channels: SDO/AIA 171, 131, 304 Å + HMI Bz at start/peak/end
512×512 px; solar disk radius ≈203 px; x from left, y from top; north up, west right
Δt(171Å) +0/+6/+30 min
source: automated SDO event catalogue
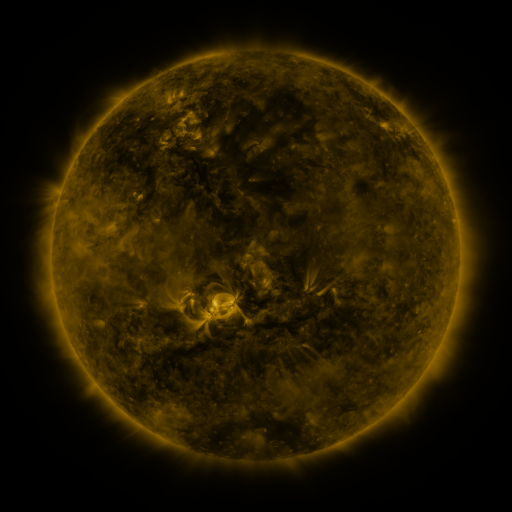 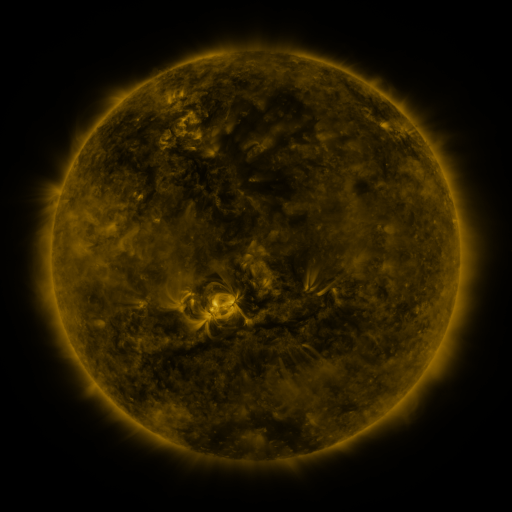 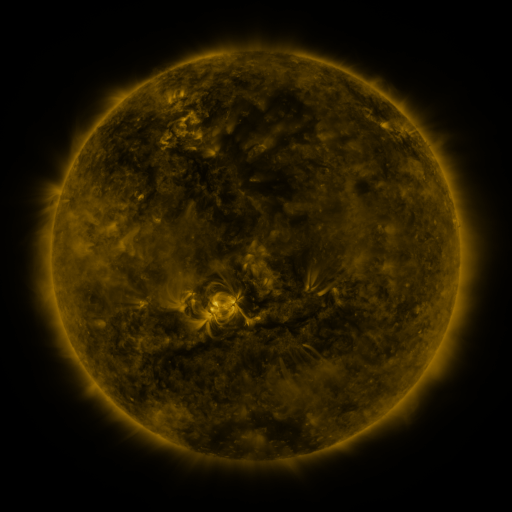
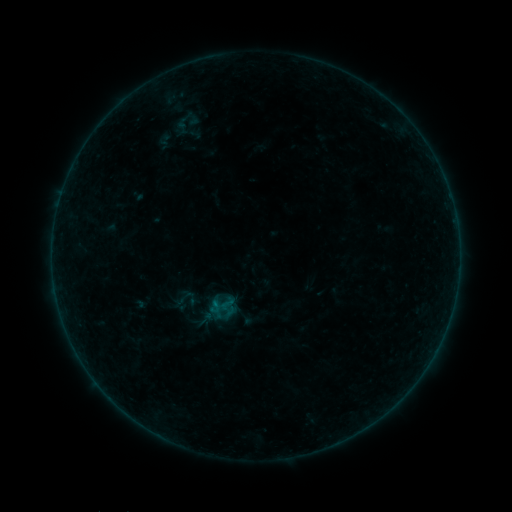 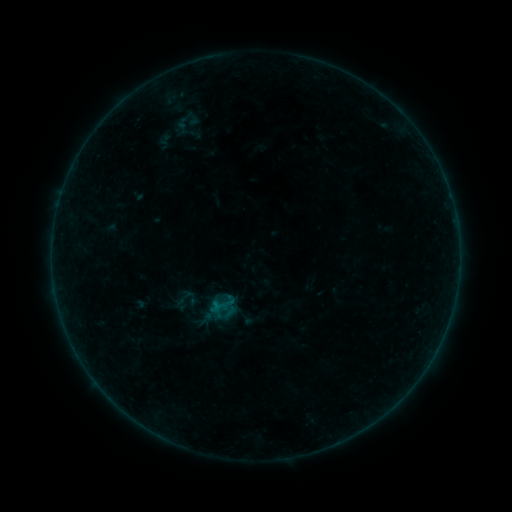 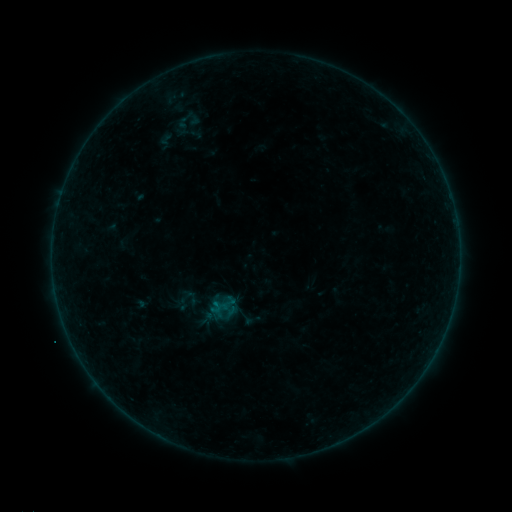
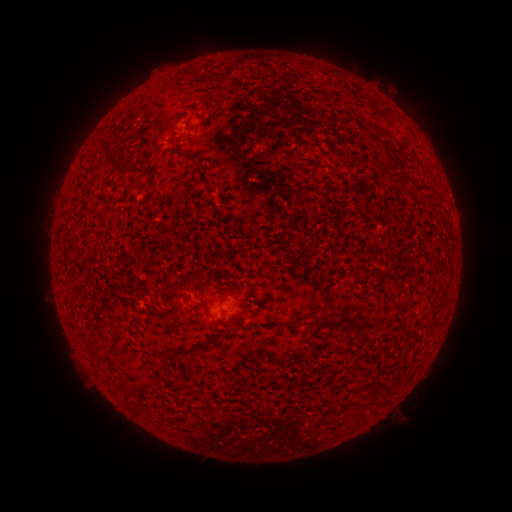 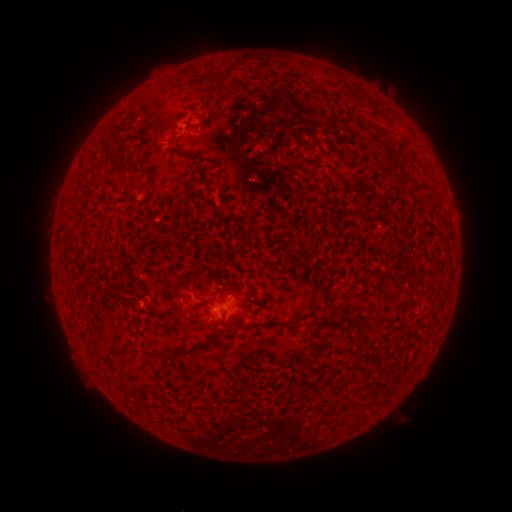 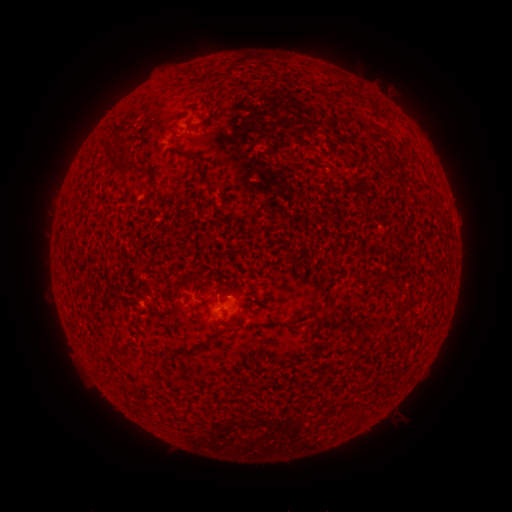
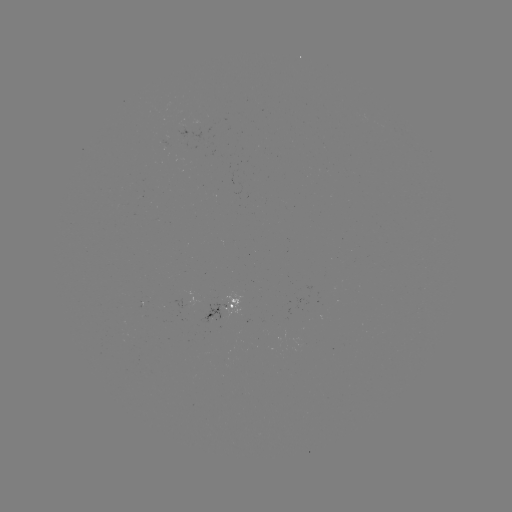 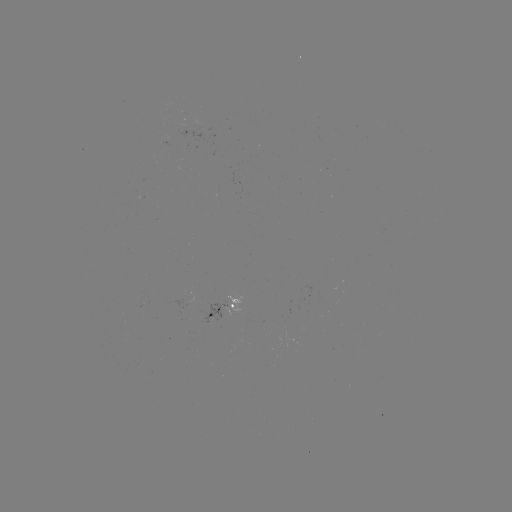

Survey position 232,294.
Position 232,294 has B1.1 flare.